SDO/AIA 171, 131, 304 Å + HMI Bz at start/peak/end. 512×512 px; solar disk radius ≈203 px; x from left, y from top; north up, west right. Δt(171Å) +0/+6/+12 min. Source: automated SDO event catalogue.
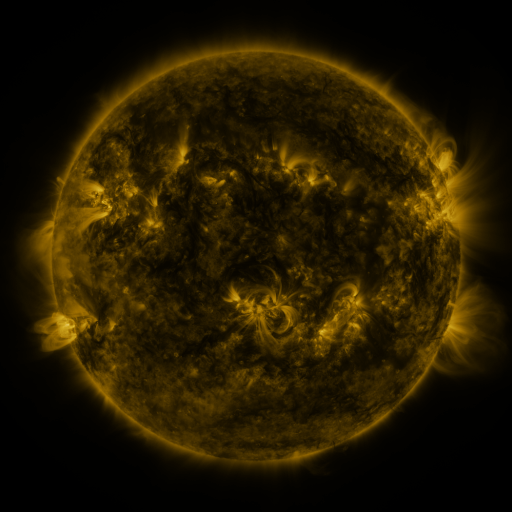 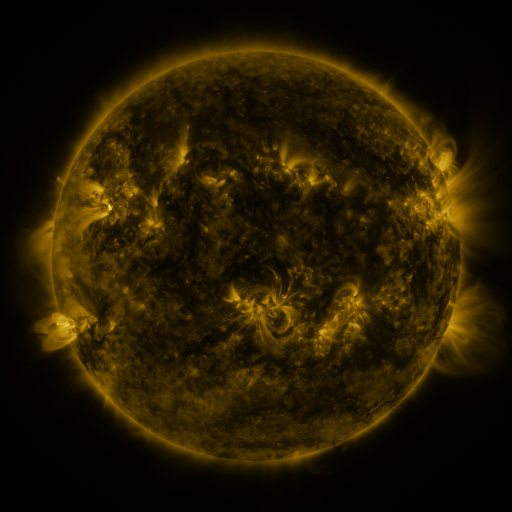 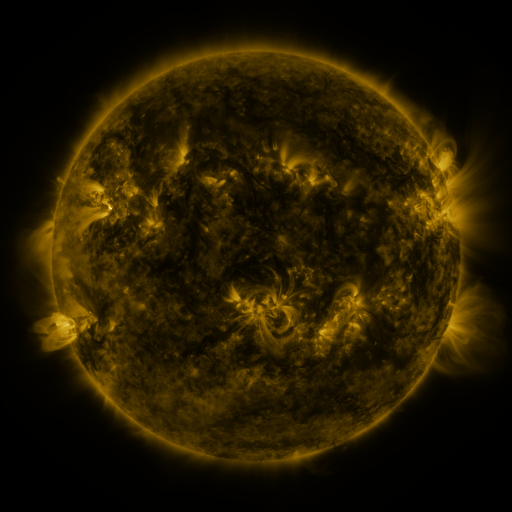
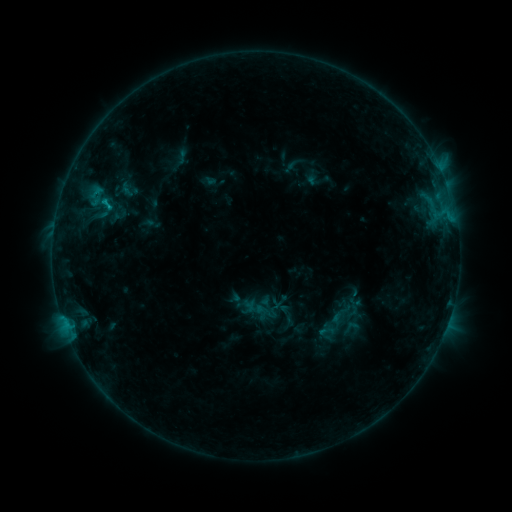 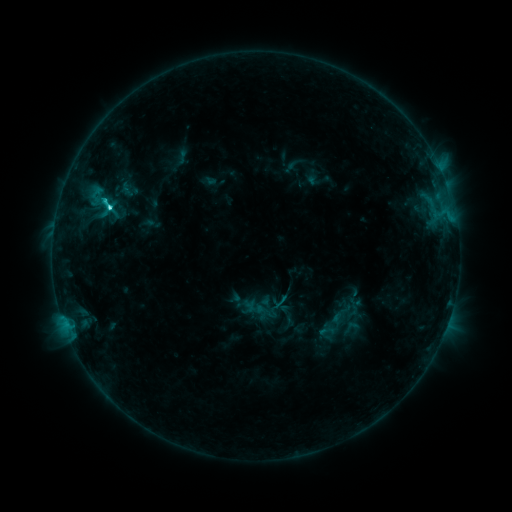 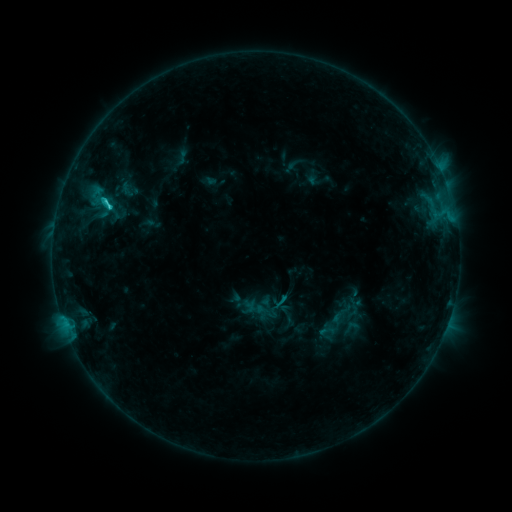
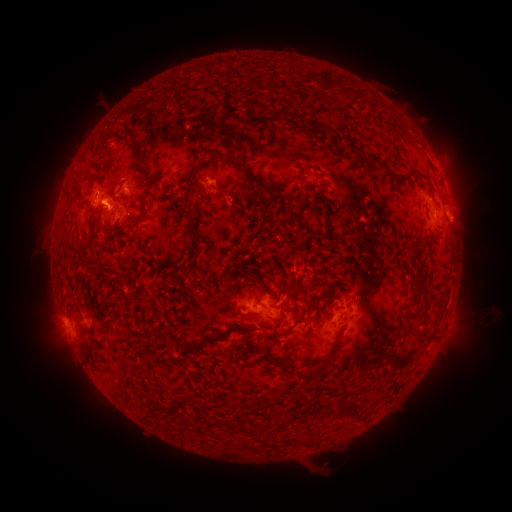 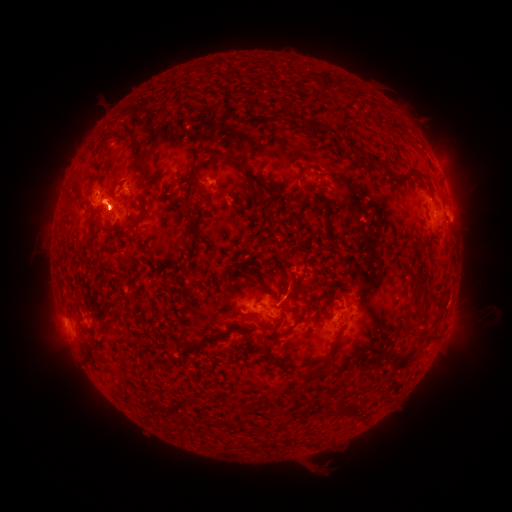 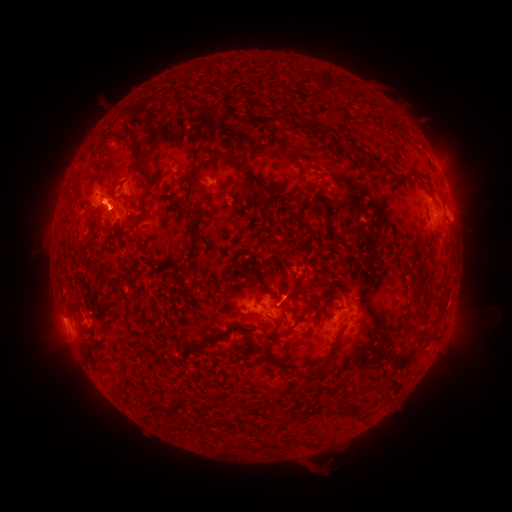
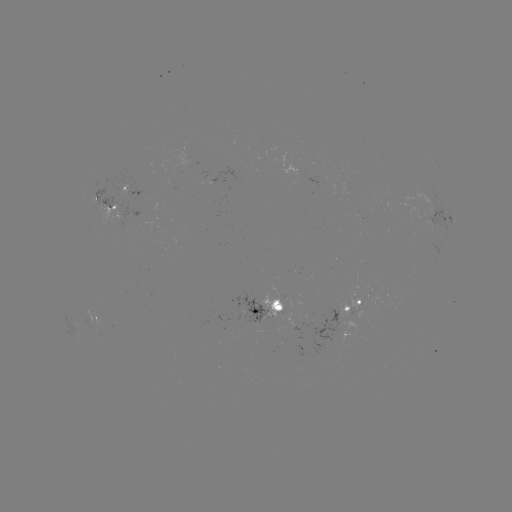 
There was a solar flare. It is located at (109, 208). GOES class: C3.2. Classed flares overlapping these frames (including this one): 1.